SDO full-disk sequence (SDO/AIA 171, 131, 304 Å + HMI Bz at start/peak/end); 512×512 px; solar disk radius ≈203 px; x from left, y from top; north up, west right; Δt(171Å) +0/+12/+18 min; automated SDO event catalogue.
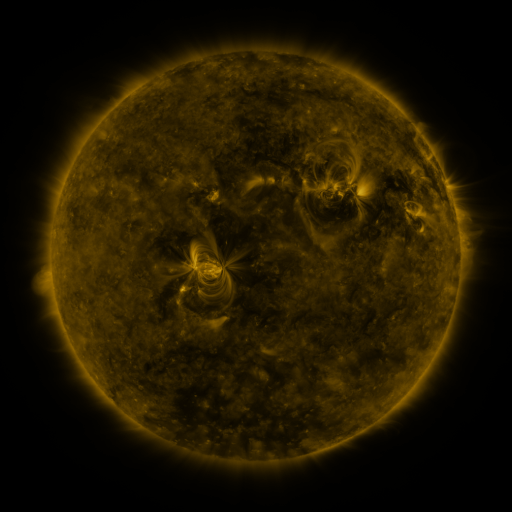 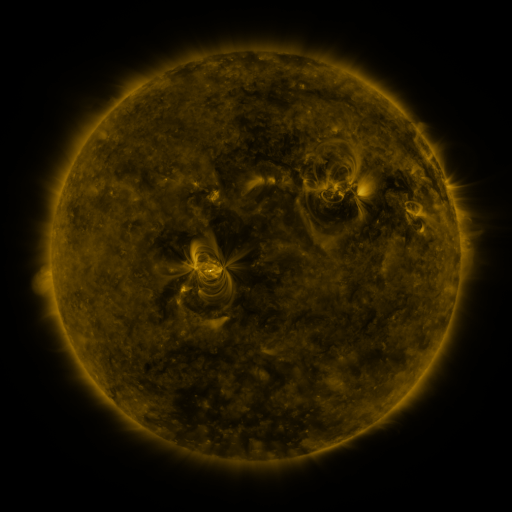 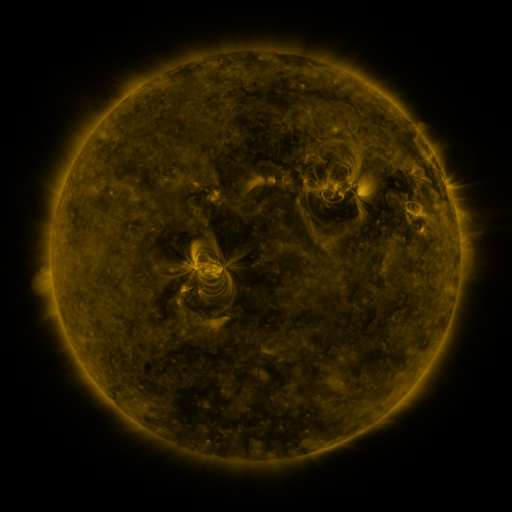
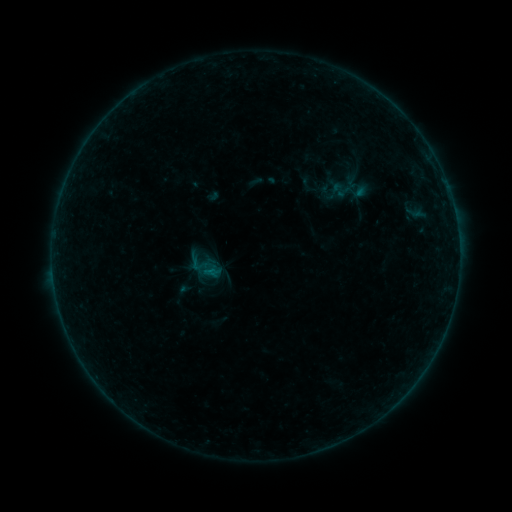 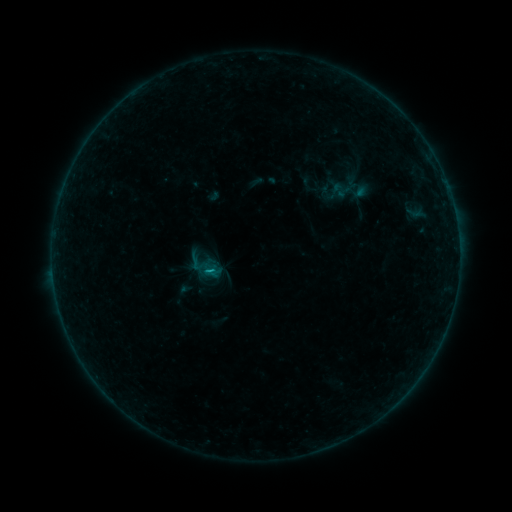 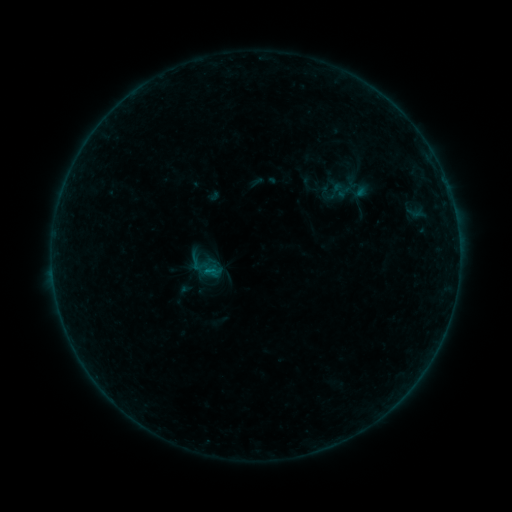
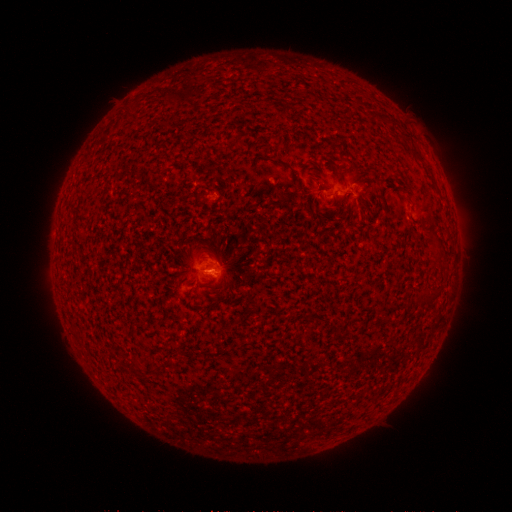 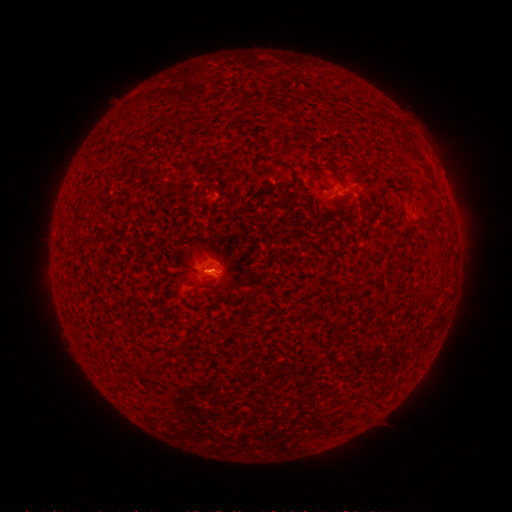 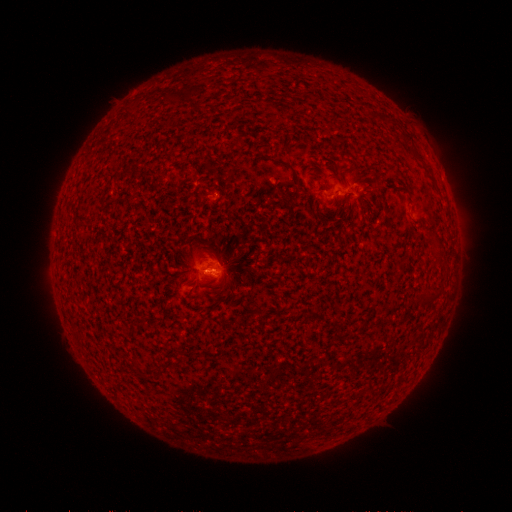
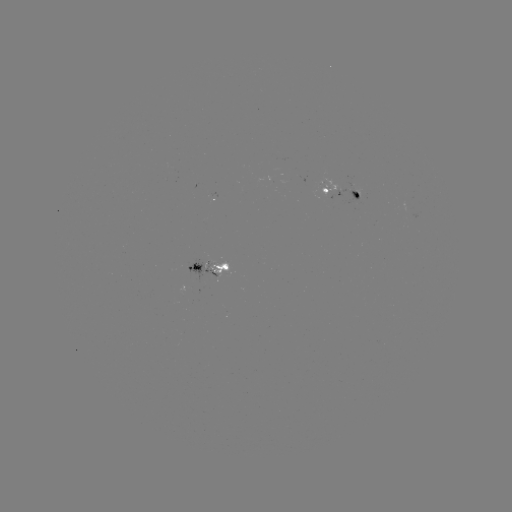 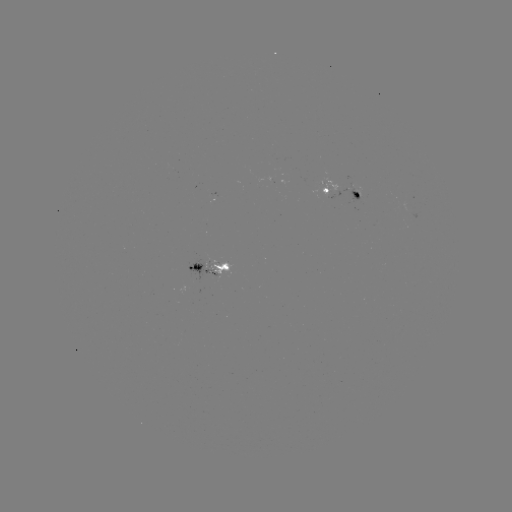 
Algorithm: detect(B5.0 flare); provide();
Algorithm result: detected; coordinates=[214, 268]